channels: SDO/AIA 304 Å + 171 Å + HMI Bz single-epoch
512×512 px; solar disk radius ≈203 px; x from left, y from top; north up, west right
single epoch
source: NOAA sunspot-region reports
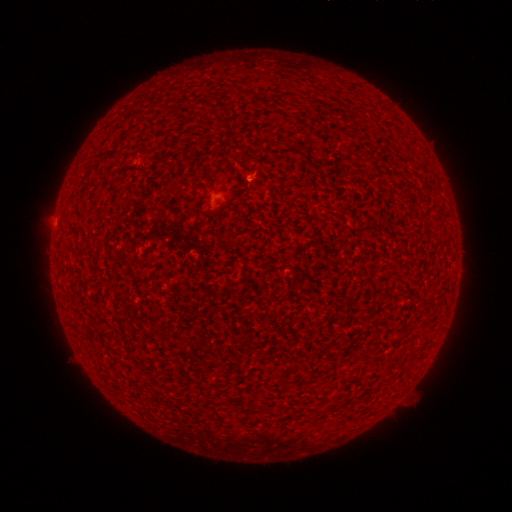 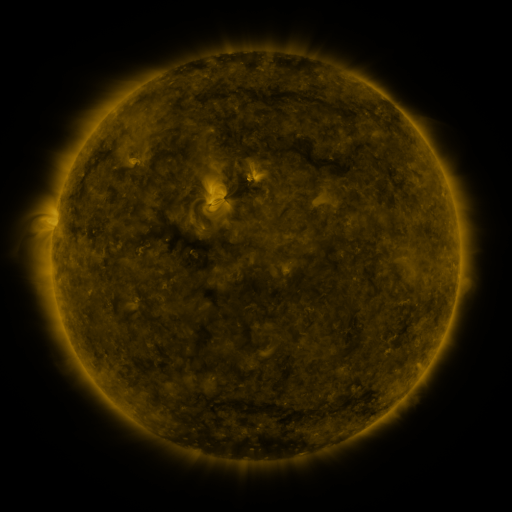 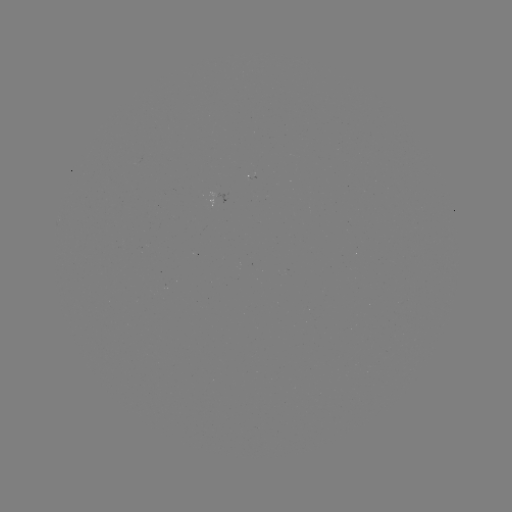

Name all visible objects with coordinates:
(none)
